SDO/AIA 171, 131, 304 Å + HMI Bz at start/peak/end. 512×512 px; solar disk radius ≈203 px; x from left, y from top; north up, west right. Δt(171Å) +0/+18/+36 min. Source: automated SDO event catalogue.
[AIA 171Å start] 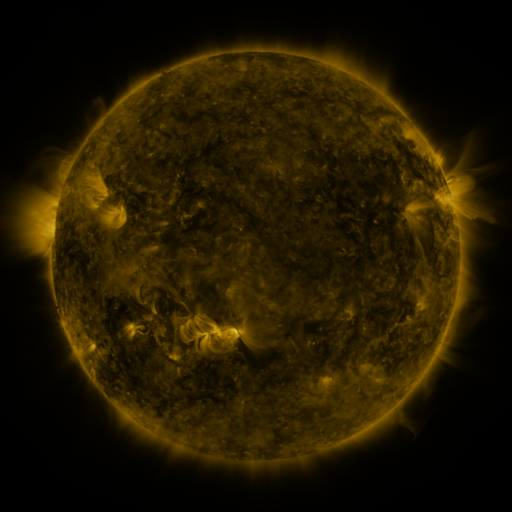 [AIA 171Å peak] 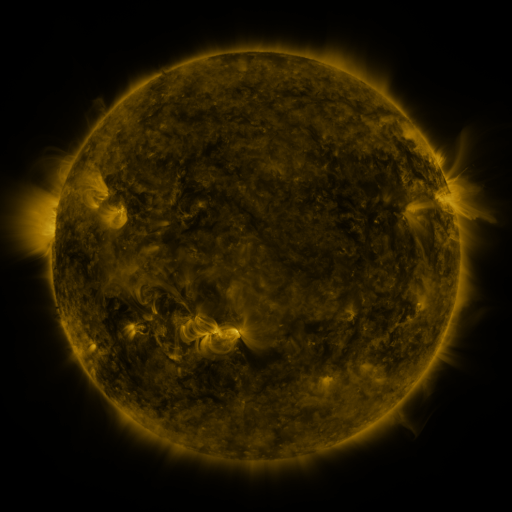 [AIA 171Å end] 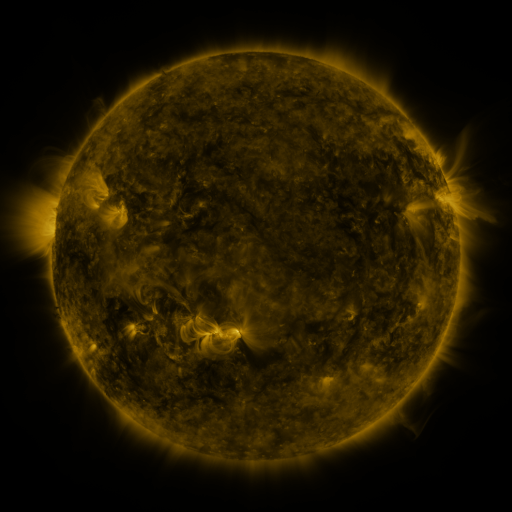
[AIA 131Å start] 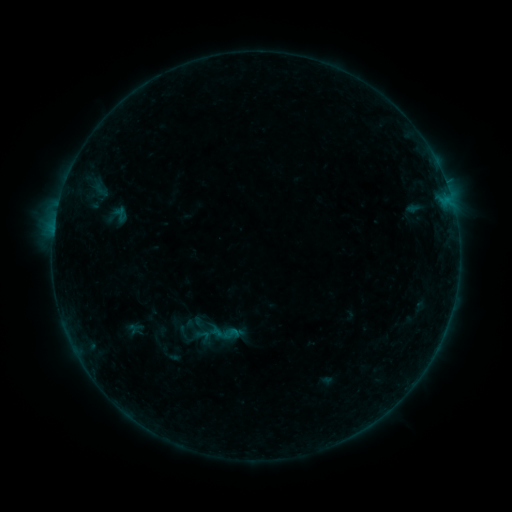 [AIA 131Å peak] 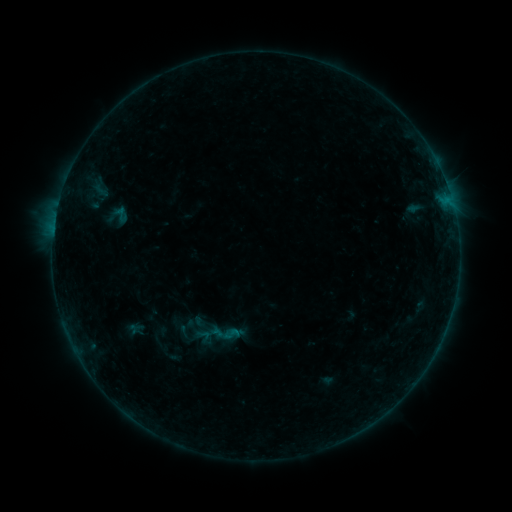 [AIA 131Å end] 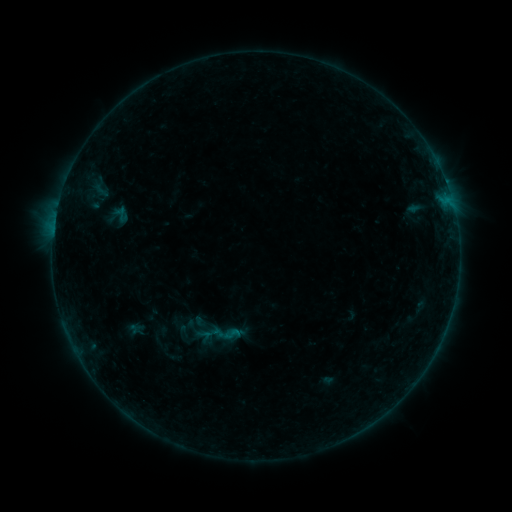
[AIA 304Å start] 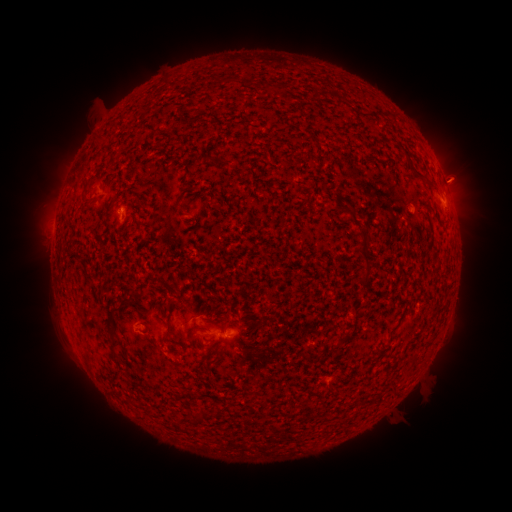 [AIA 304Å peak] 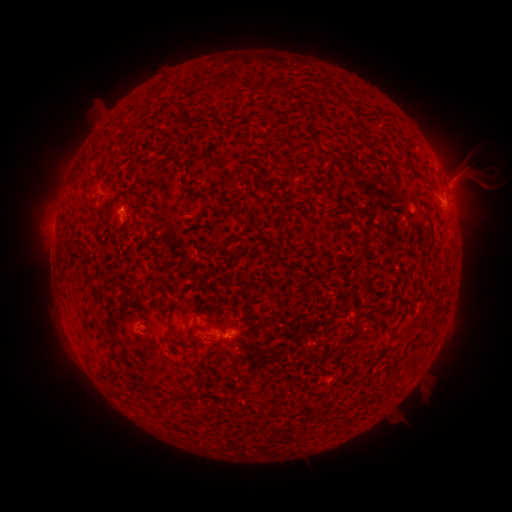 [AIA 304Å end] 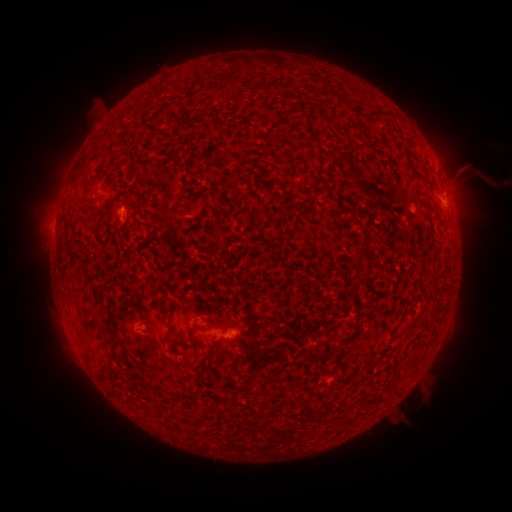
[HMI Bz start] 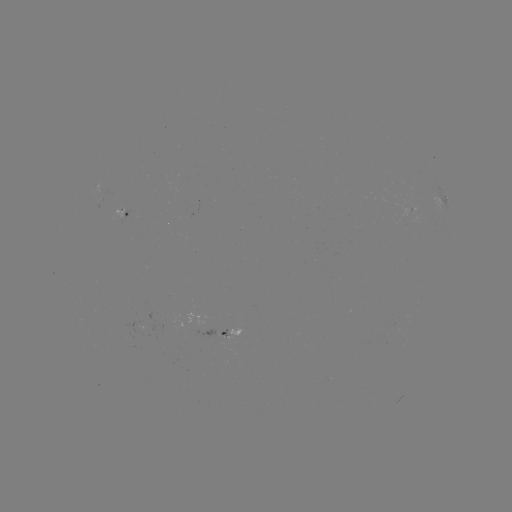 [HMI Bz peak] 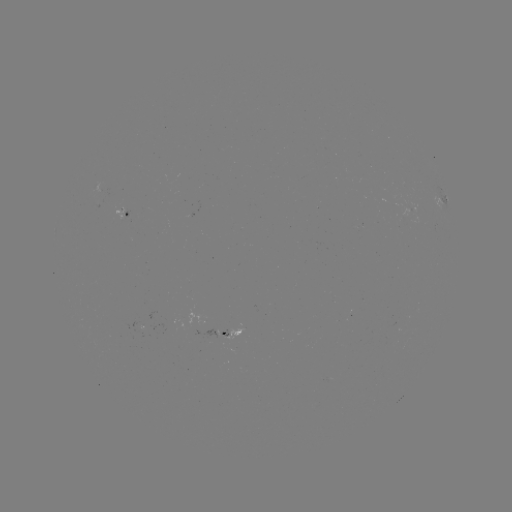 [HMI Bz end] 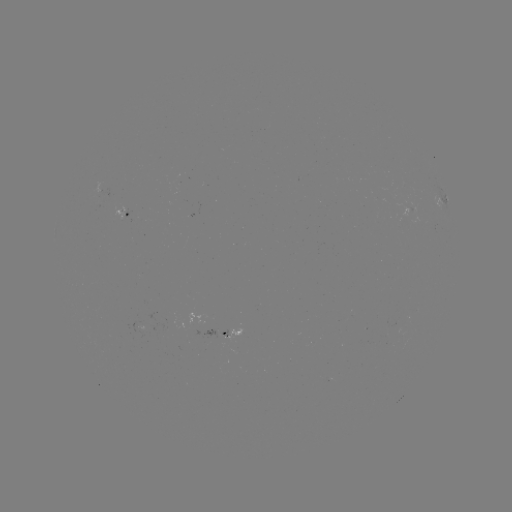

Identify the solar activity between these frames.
eruption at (470, 174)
